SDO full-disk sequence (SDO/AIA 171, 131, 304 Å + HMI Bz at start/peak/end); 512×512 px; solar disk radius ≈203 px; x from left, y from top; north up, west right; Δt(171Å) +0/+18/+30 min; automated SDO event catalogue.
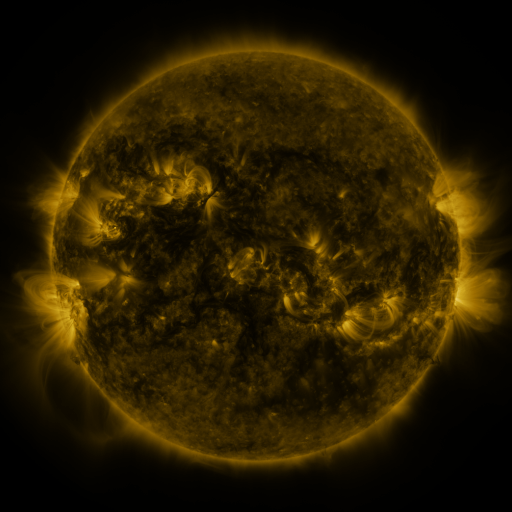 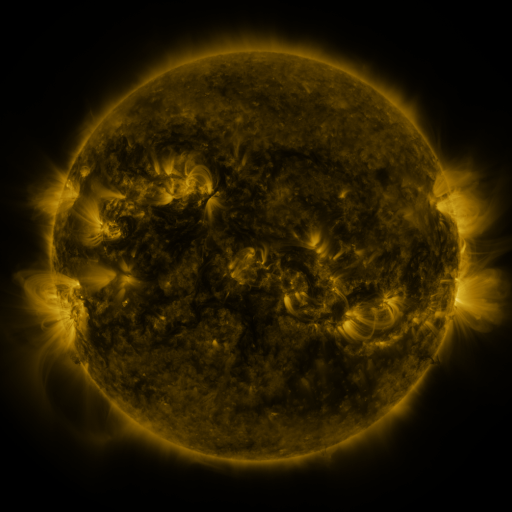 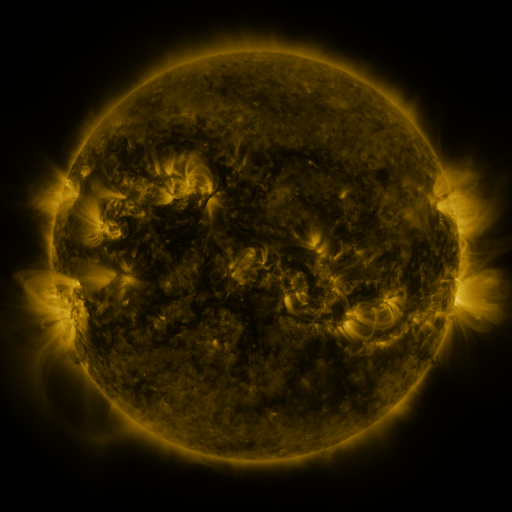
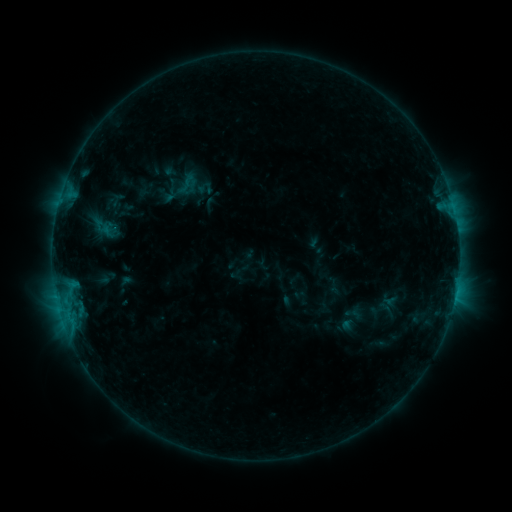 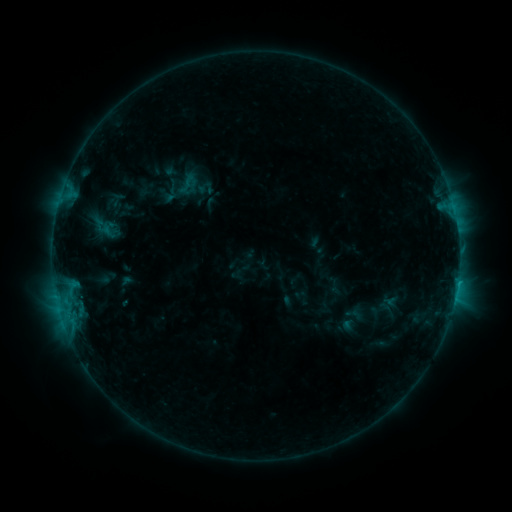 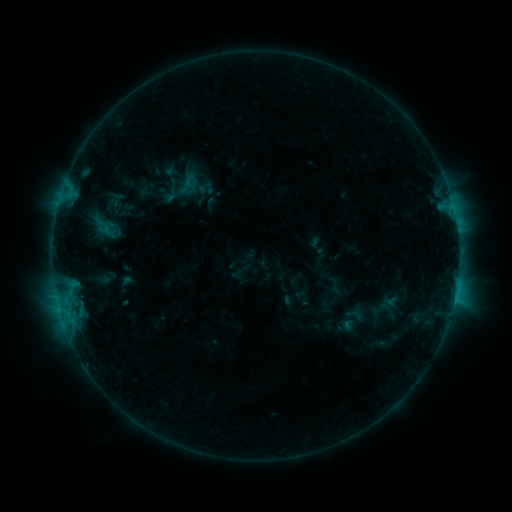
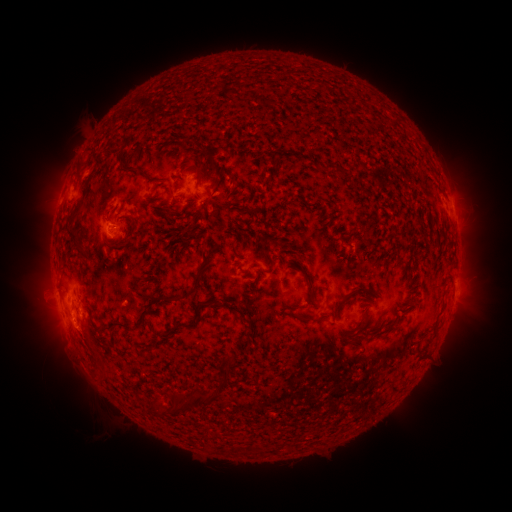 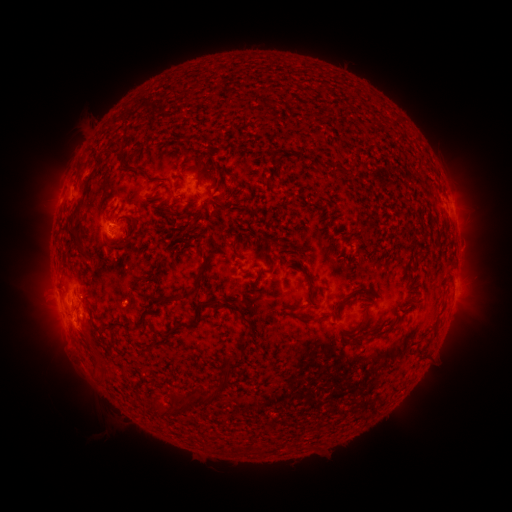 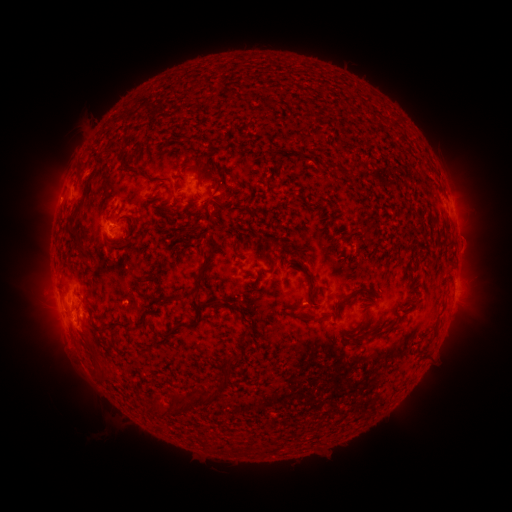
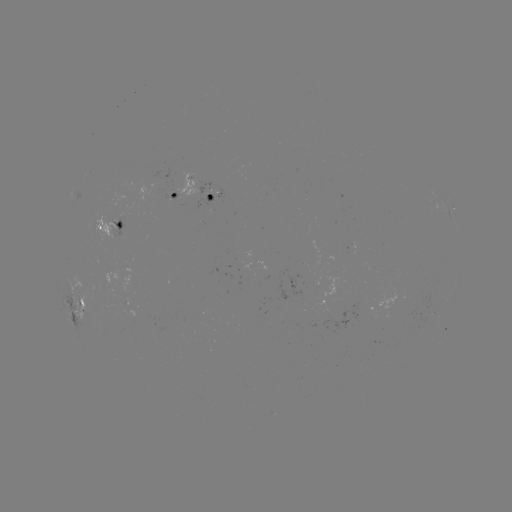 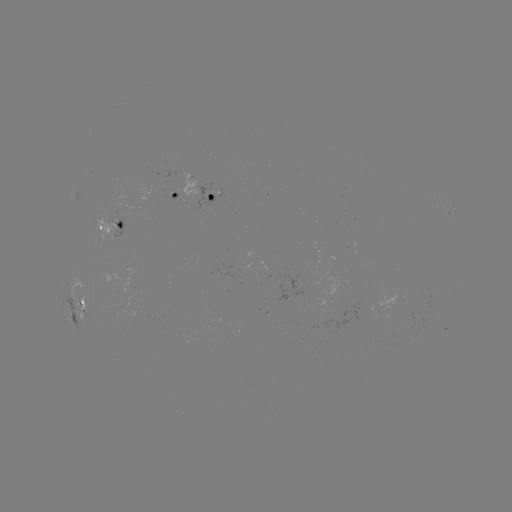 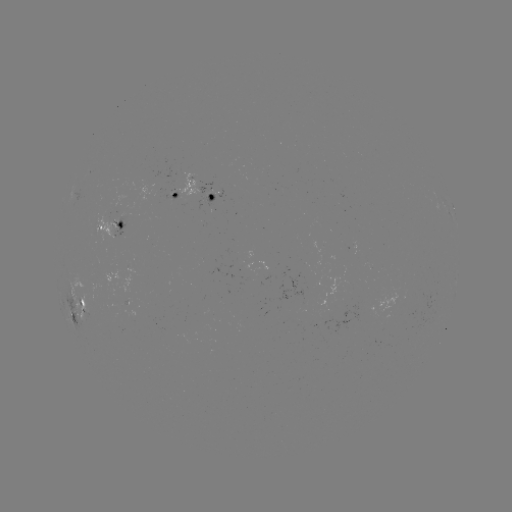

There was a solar flare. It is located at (457, 280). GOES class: B9.0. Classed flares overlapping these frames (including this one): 1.